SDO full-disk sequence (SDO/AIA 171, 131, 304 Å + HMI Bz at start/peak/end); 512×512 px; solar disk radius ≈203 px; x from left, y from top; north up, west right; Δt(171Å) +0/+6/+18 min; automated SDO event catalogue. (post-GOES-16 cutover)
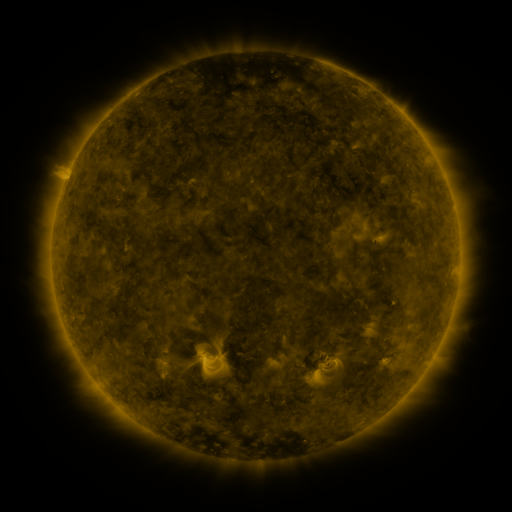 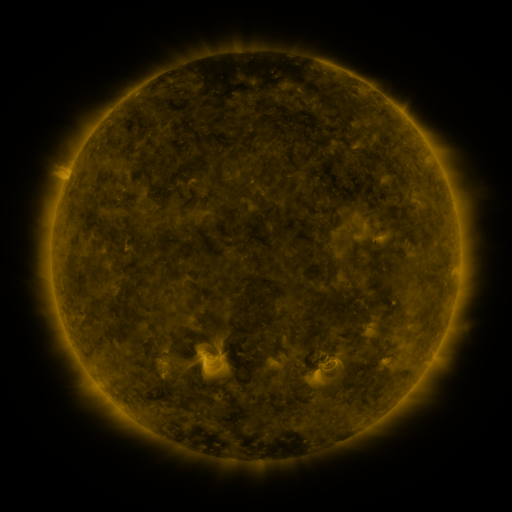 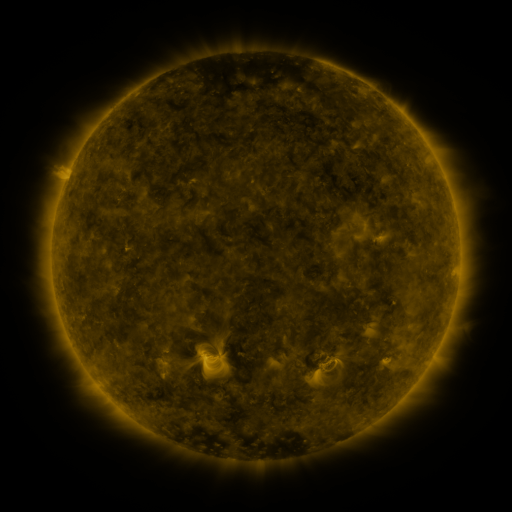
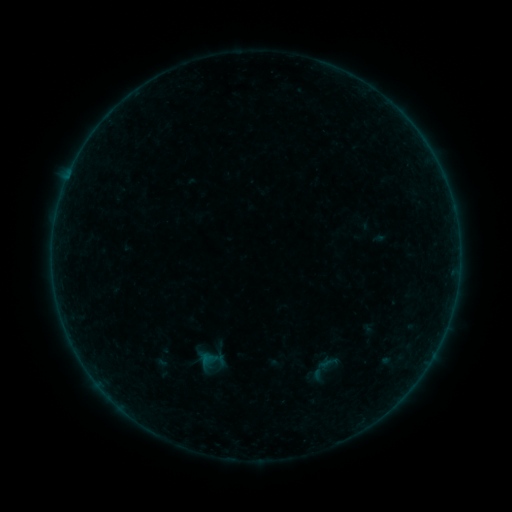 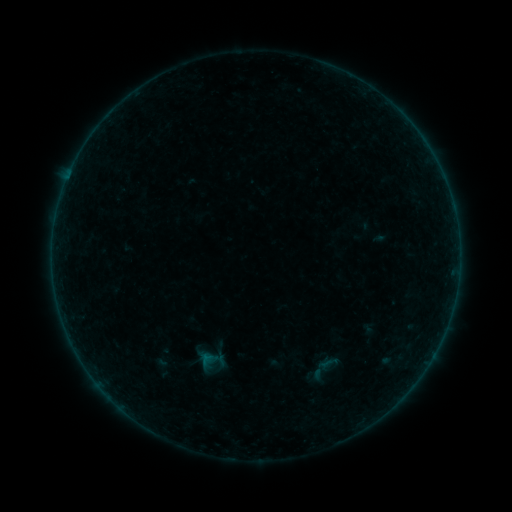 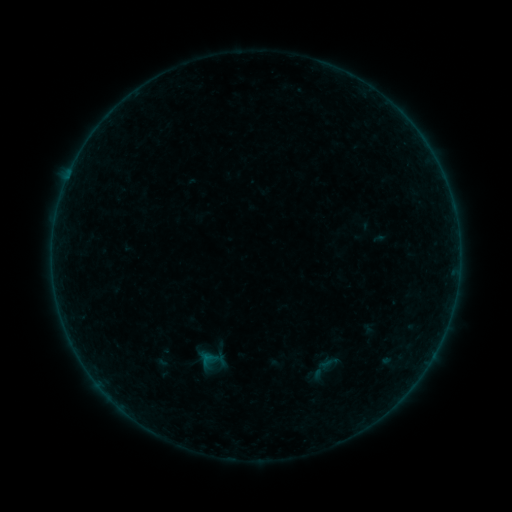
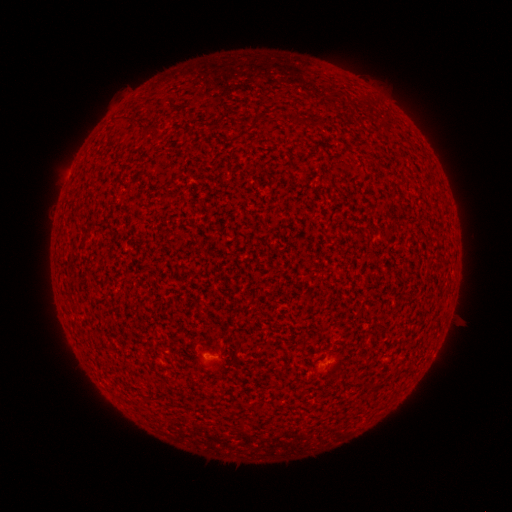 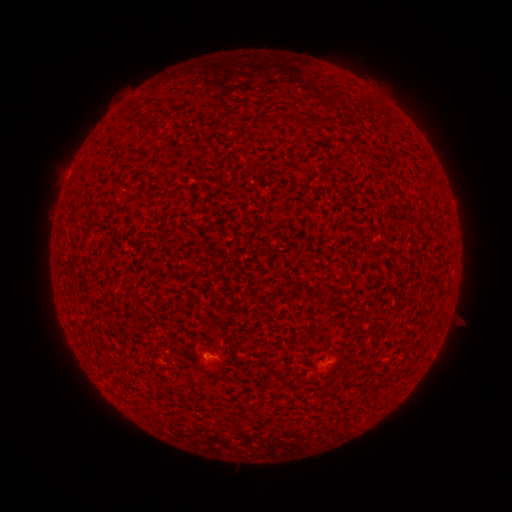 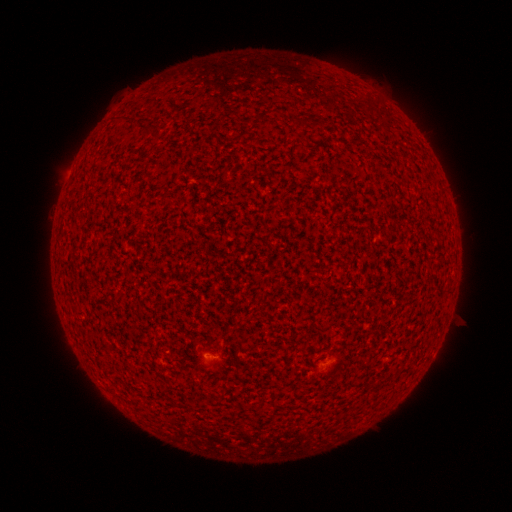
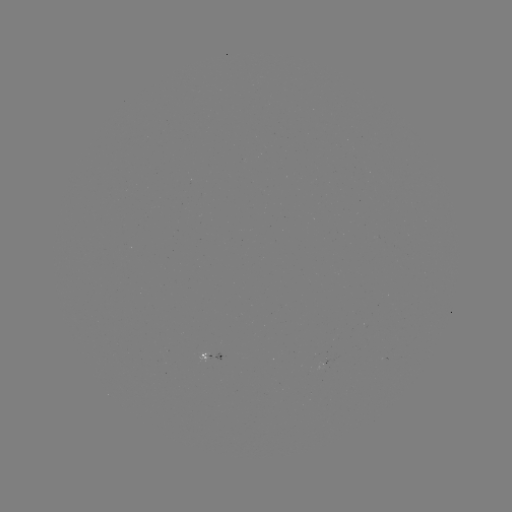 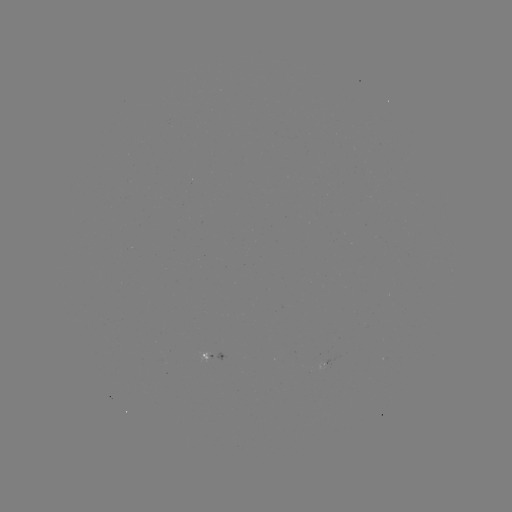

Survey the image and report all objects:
A4.2 flare: (207, 354)
